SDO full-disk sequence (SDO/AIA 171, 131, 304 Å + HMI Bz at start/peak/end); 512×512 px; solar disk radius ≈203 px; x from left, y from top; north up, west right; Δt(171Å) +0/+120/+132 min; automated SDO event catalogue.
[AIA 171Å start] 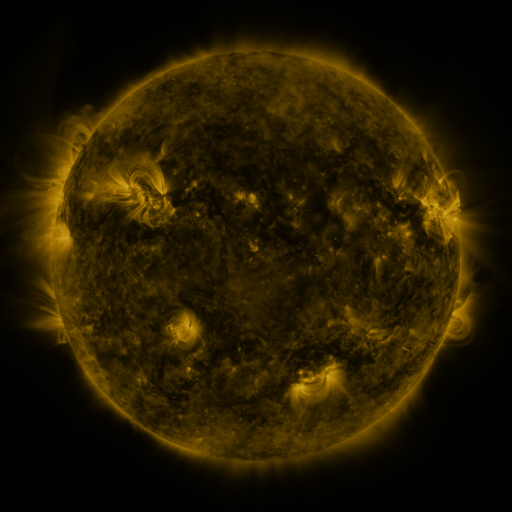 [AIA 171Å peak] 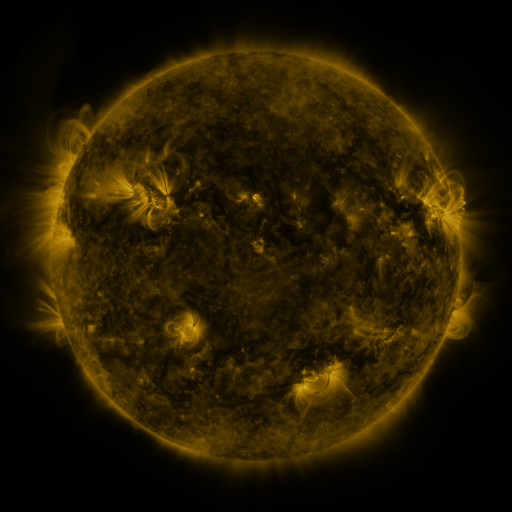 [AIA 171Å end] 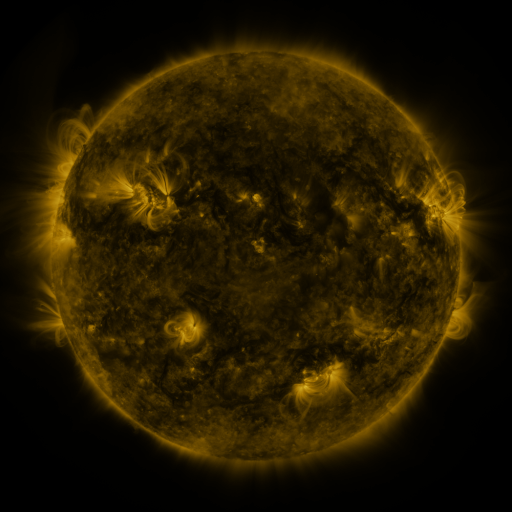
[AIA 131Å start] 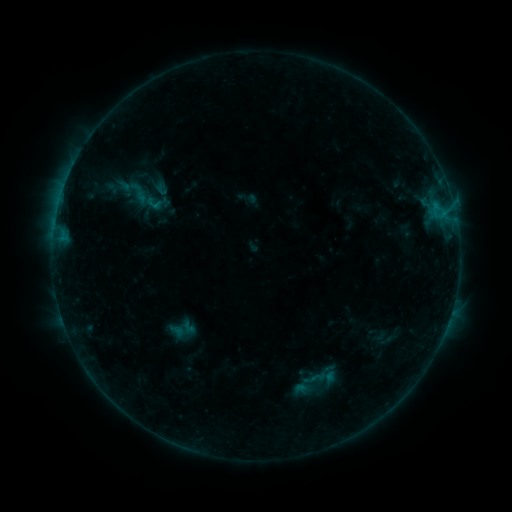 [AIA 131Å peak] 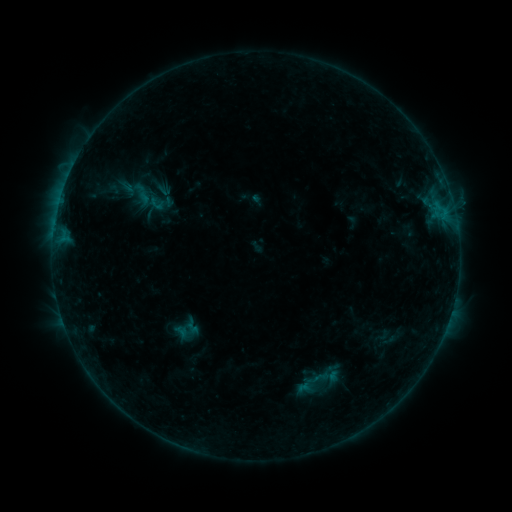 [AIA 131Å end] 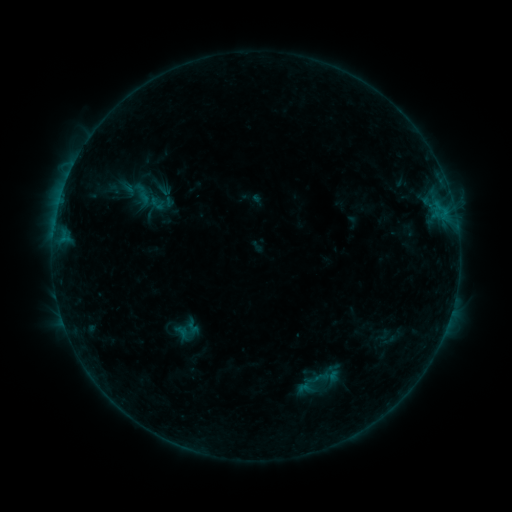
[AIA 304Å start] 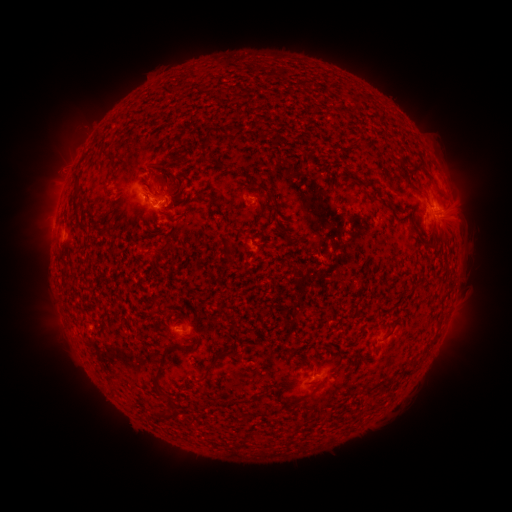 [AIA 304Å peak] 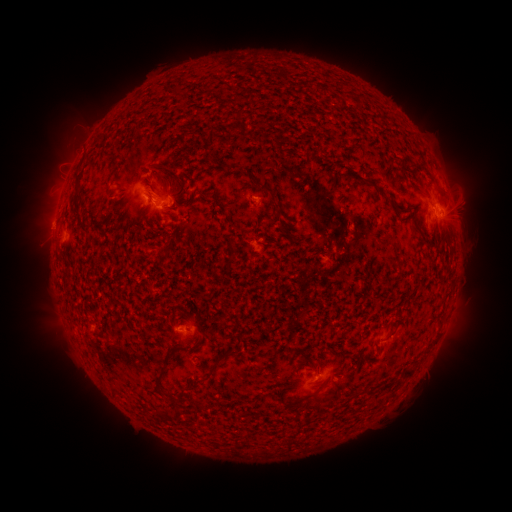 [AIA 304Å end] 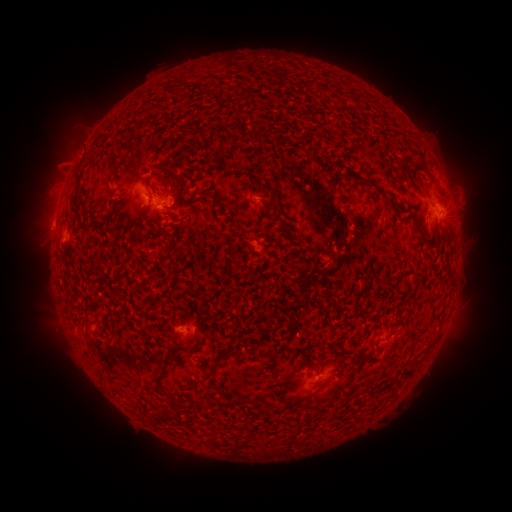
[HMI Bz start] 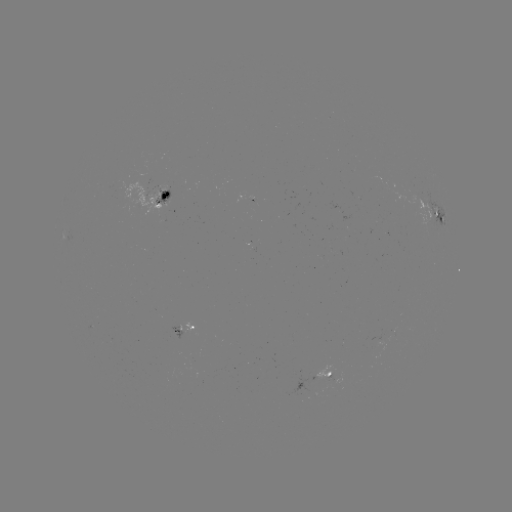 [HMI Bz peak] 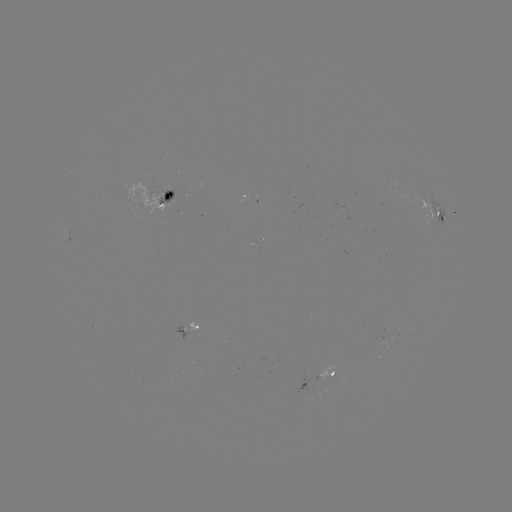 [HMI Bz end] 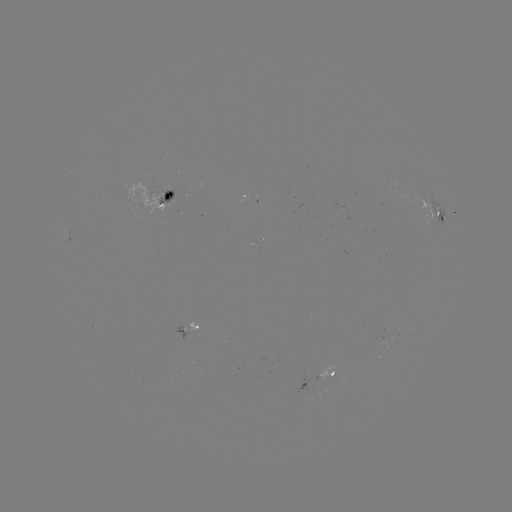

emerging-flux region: <bbox>157, 185, 174, 206</bbox>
